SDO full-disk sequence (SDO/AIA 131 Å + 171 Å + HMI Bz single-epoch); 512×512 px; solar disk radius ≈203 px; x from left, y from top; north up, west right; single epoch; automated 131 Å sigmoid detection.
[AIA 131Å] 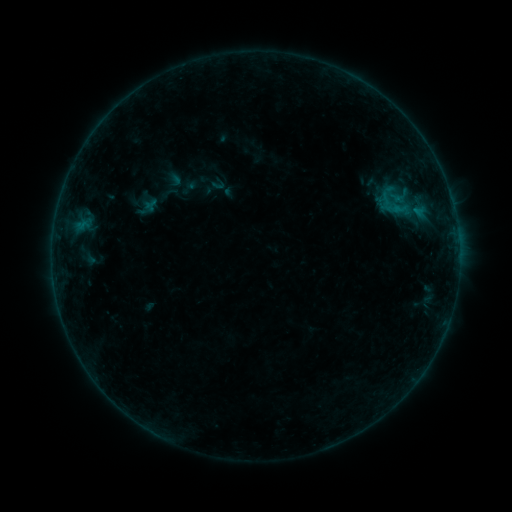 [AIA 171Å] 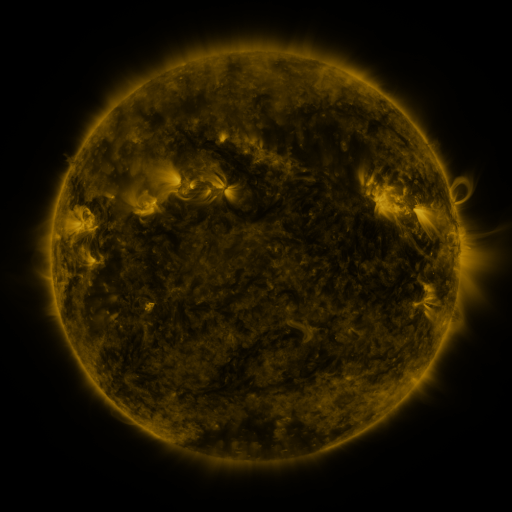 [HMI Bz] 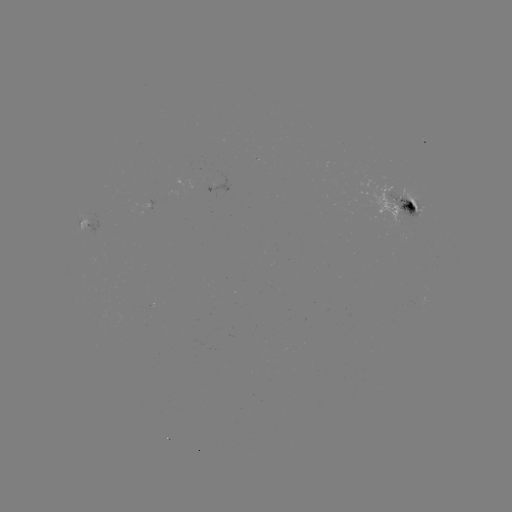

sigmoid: <bbox>379, 181, 409, 208</bbox>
